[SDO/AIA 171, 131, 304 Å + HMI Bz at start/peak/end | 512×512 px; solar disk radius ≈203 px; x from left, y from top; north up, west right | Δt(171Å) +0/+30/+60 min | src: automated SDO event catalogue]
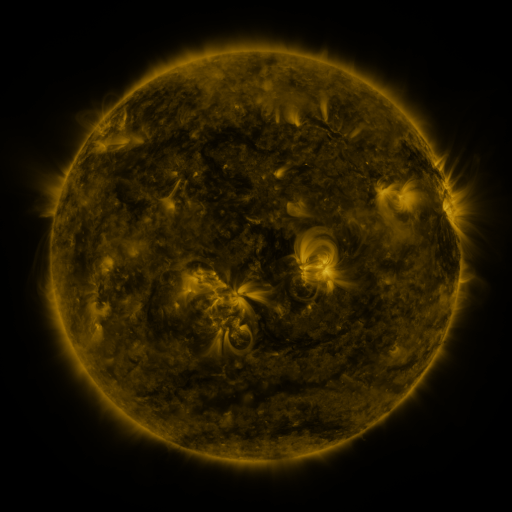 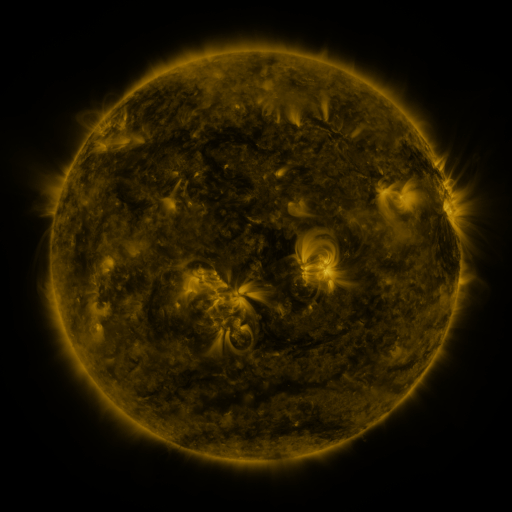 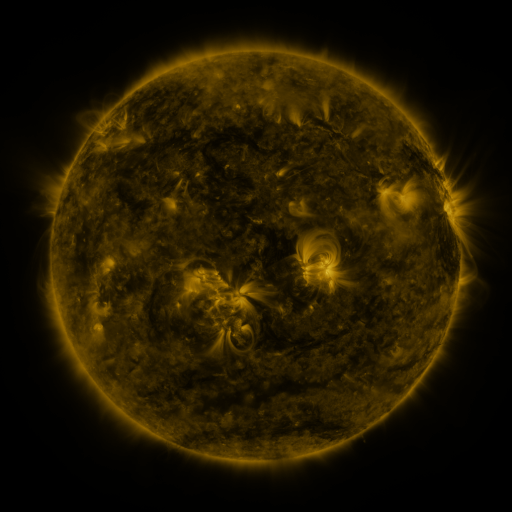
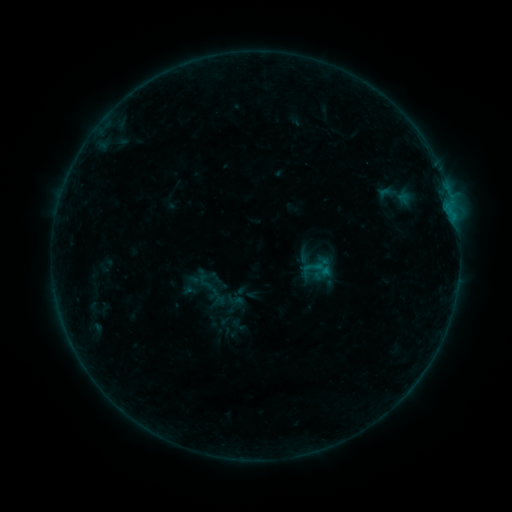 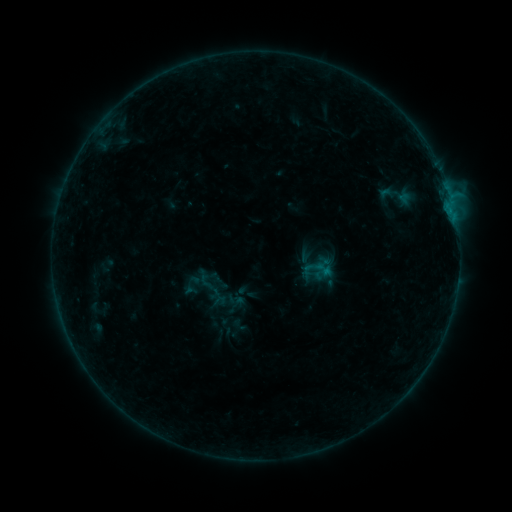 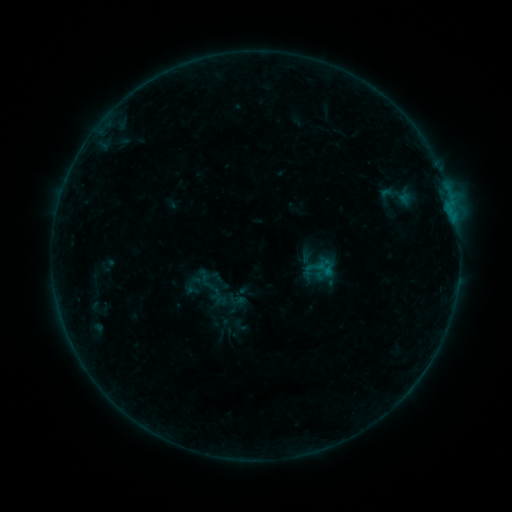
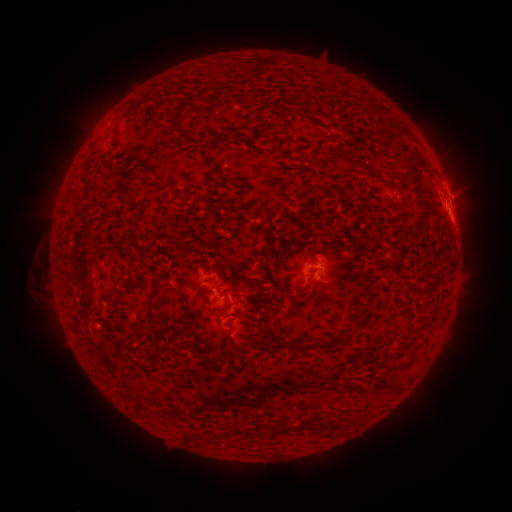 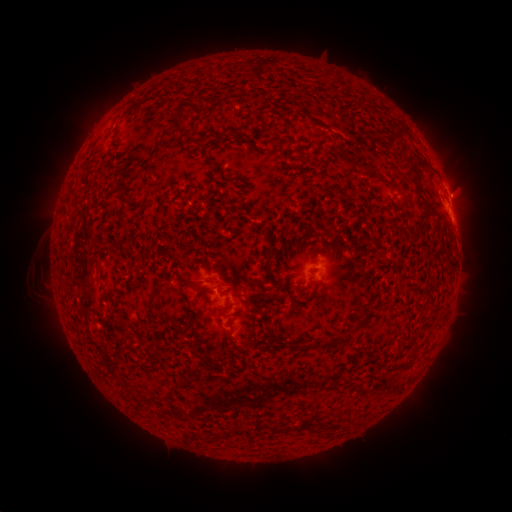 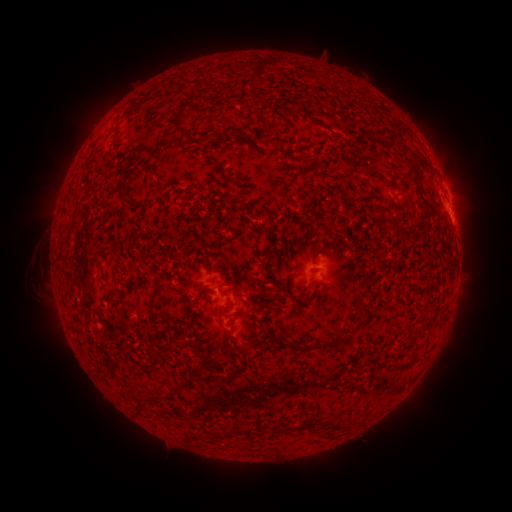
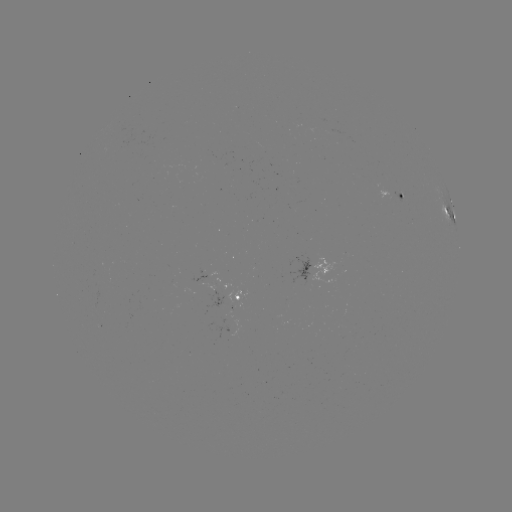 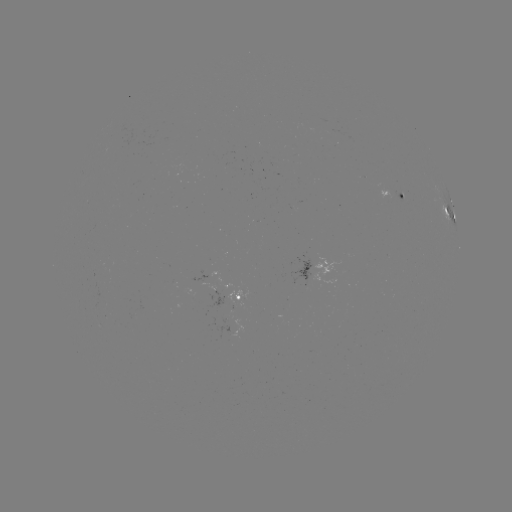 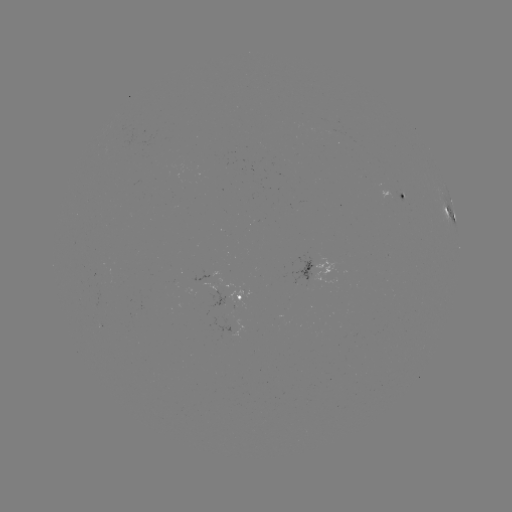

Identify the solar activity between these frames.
B8.5 flare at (451, 199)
